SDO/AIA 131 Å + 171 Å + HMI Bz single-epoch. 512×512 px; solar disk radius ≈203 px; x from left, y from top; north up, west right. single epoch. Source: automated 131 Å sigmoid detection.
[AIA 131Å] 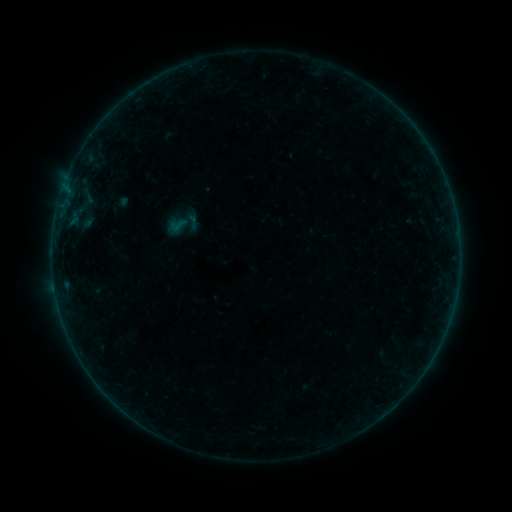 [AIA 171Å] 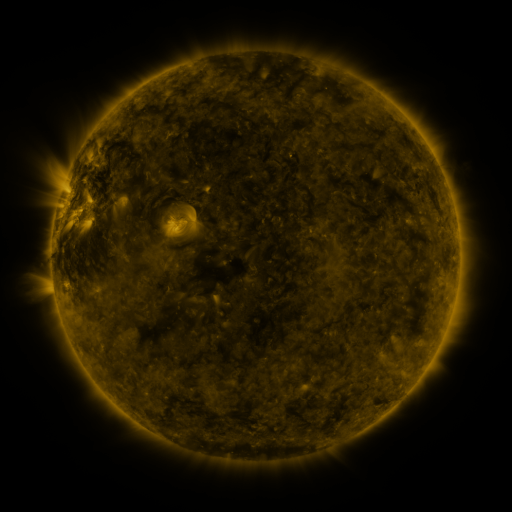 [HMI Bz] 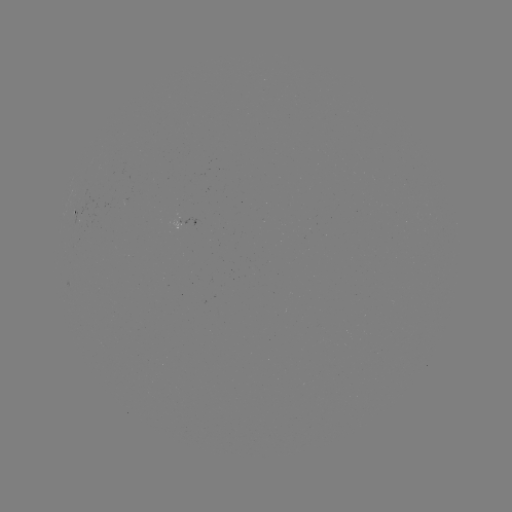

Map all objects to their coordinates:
sigmoid: <bbox>165, 204, 202, 242</bbox>
